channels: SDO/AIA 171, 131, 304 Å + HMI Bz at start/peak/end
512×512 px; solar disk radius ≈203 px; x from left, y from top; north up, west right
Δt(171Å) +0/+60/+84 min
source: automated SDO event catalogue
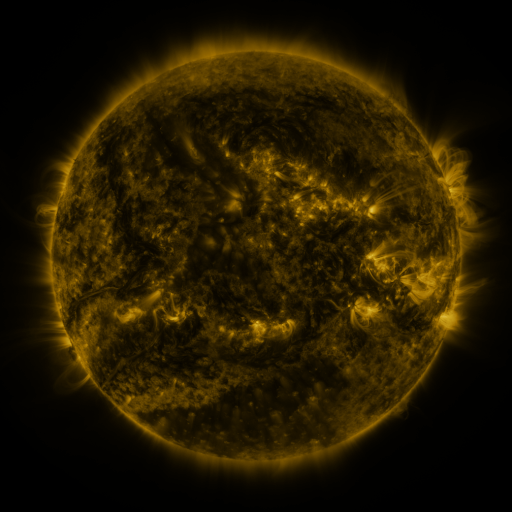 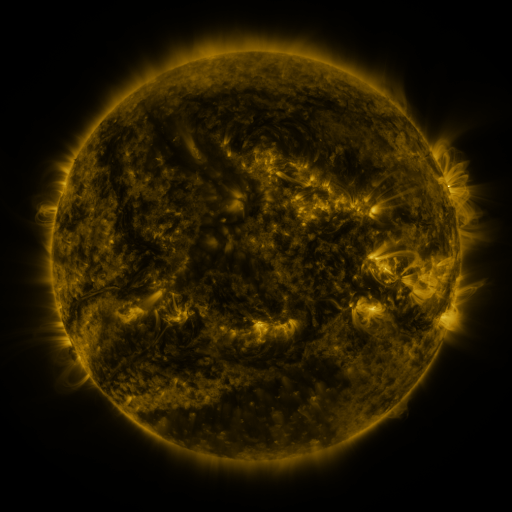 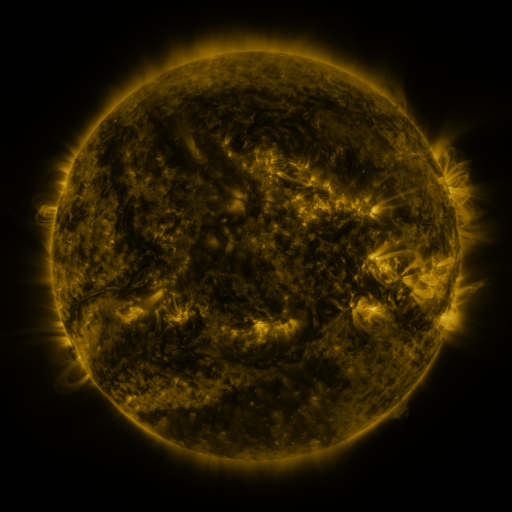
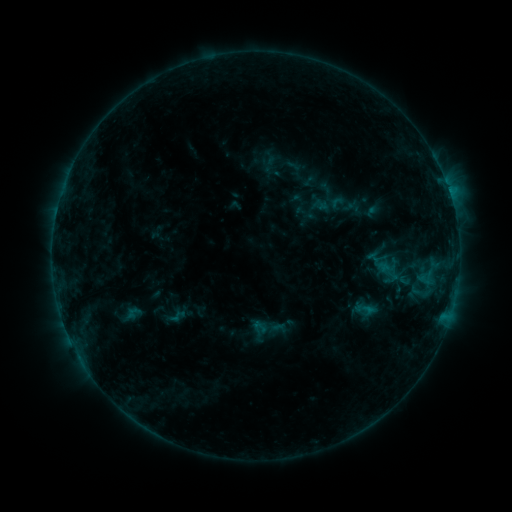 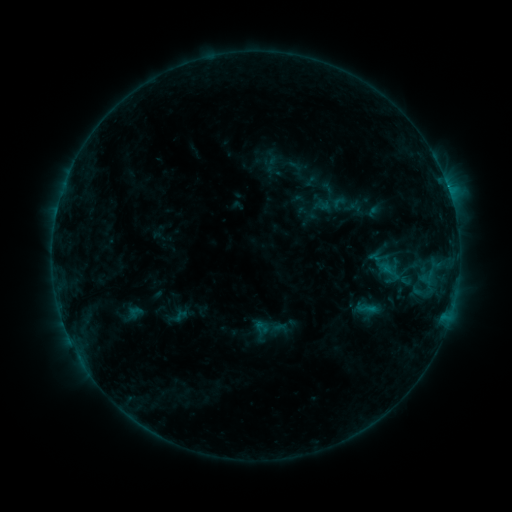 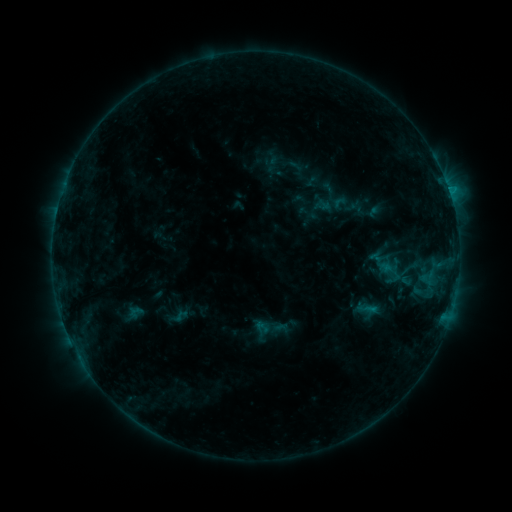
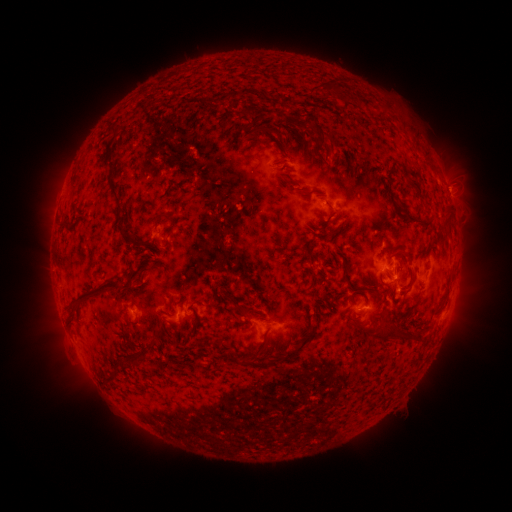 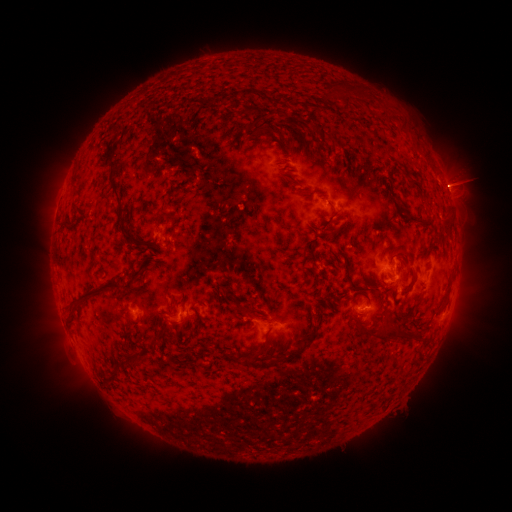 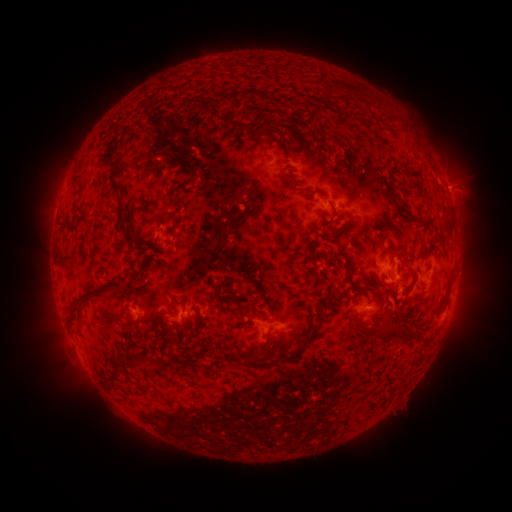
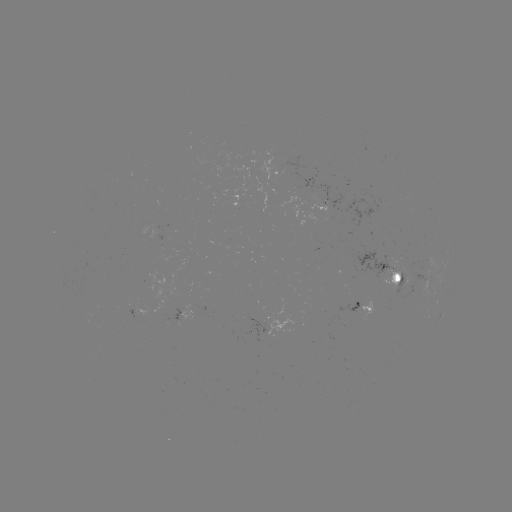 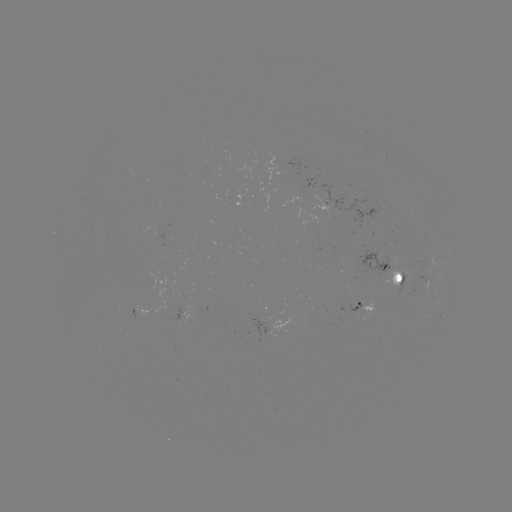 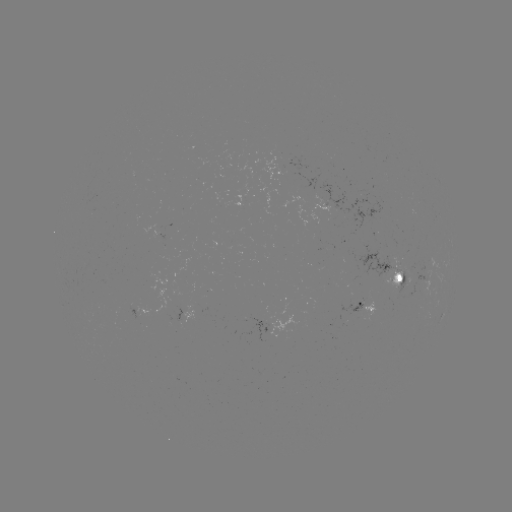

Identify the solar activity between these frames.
emerging-flux region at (241, 199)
